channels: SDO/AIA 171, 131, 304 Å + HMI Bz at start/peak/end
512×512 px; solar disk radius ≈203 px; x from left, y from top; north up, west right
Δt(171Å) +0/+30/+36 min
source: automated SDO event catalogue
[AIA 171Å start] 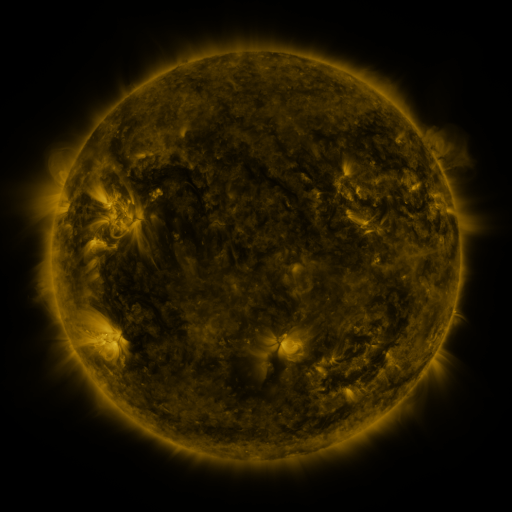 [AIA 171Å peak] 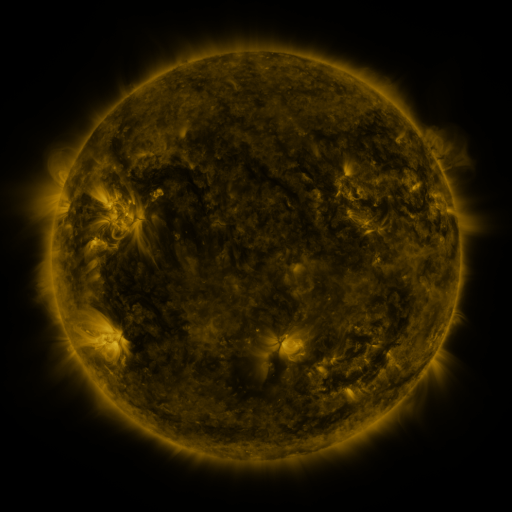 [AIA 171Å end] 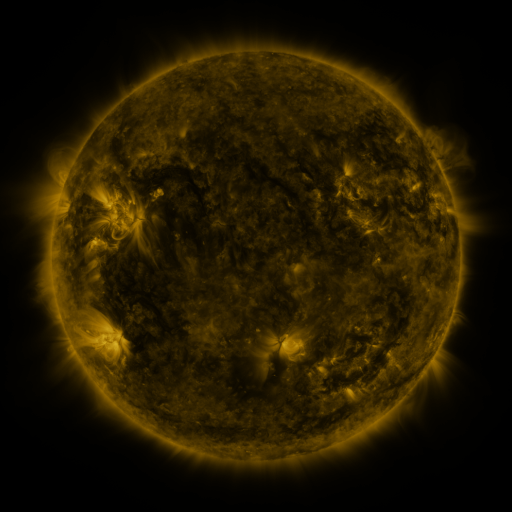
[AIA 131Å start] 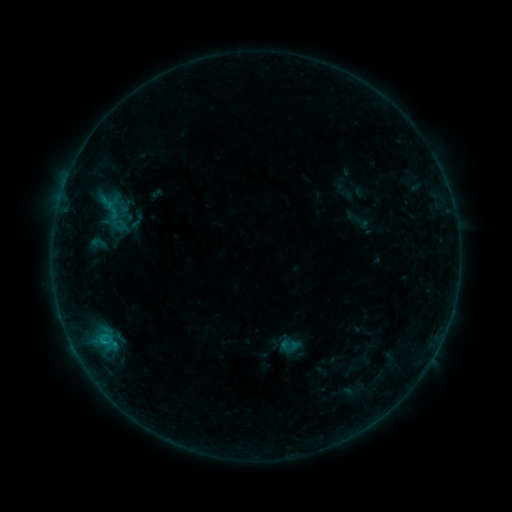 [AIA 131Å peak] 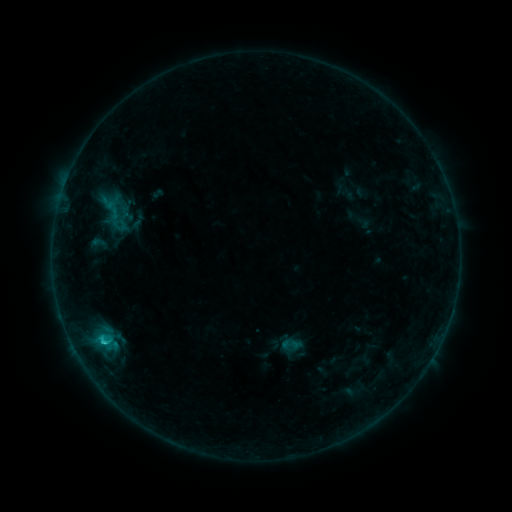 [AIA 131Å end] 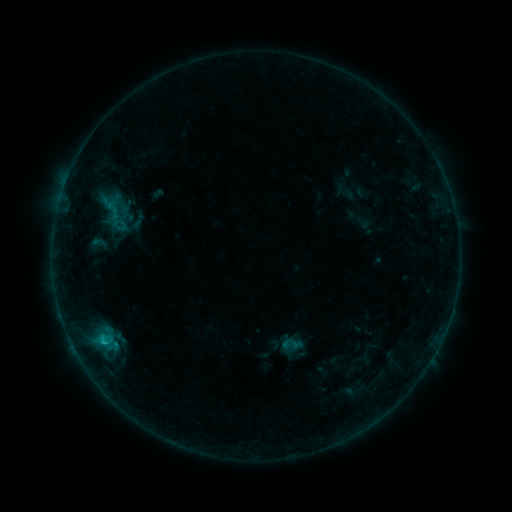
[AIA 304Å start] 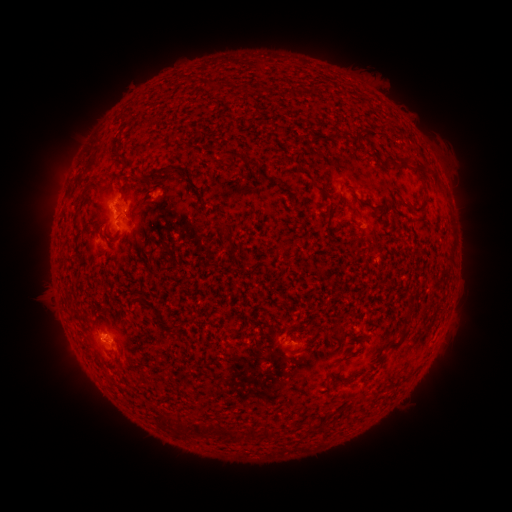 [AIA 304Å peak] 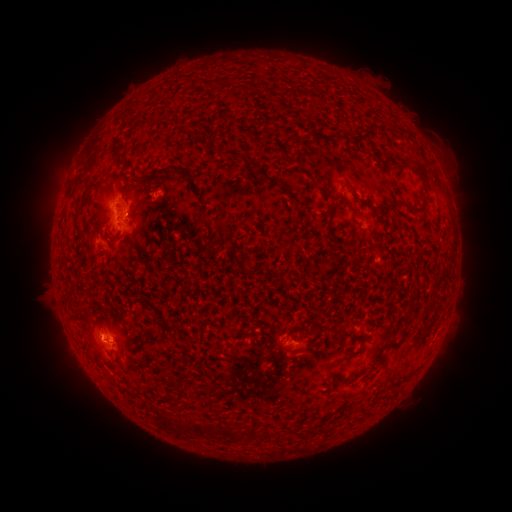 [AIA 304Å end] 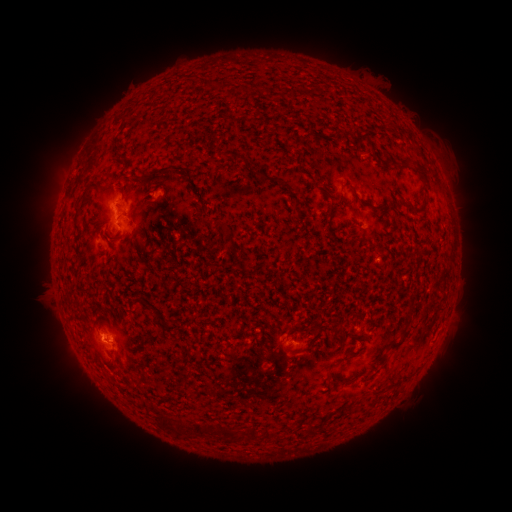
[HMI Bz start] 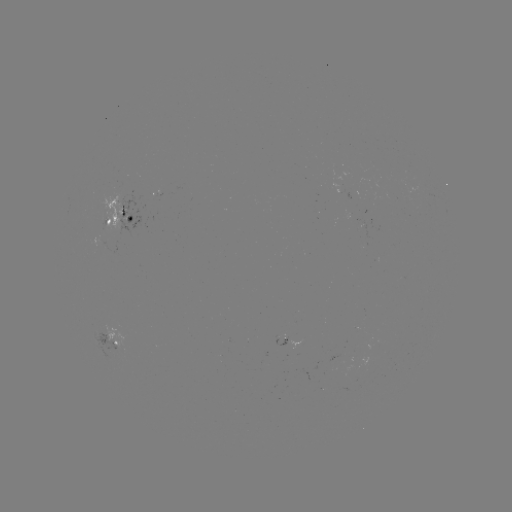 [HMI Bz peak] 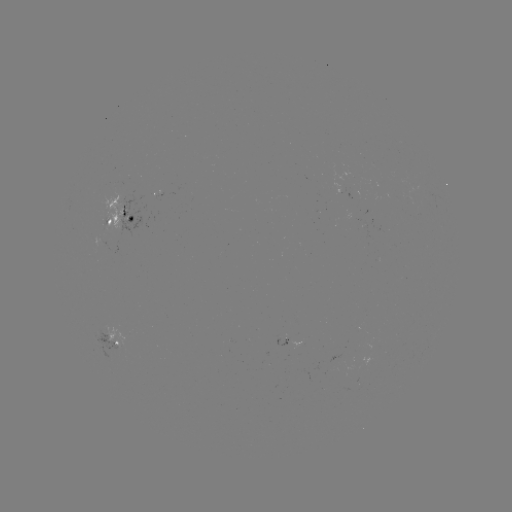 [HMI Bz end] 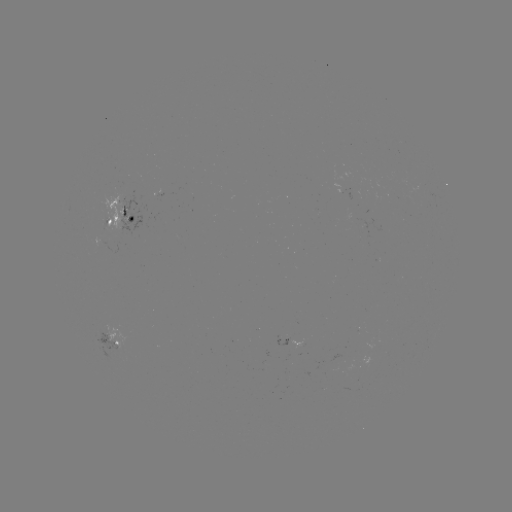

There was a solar flare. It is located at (105, 339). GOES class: B9.7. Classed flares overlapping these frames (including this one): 1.